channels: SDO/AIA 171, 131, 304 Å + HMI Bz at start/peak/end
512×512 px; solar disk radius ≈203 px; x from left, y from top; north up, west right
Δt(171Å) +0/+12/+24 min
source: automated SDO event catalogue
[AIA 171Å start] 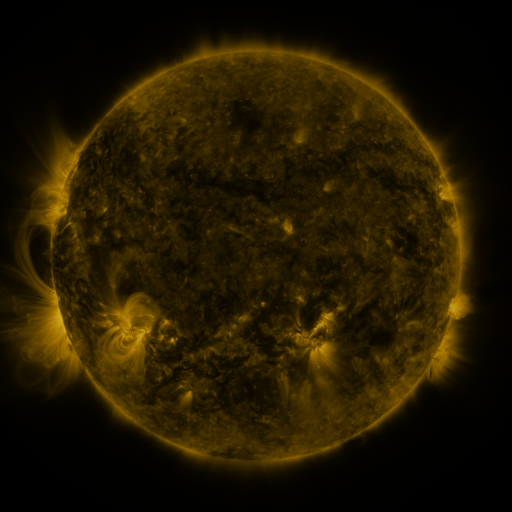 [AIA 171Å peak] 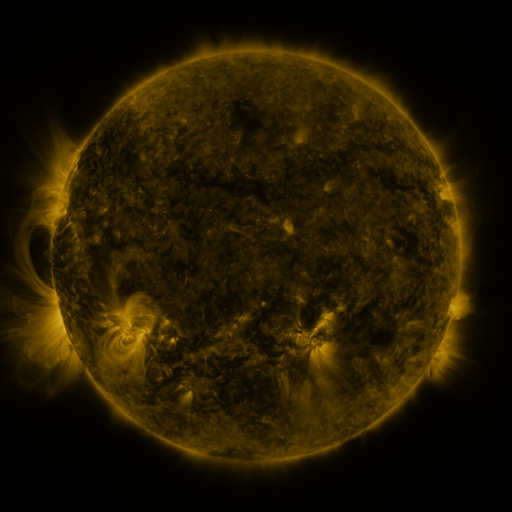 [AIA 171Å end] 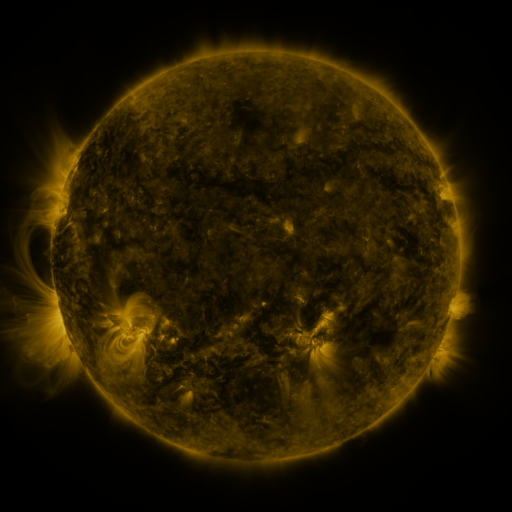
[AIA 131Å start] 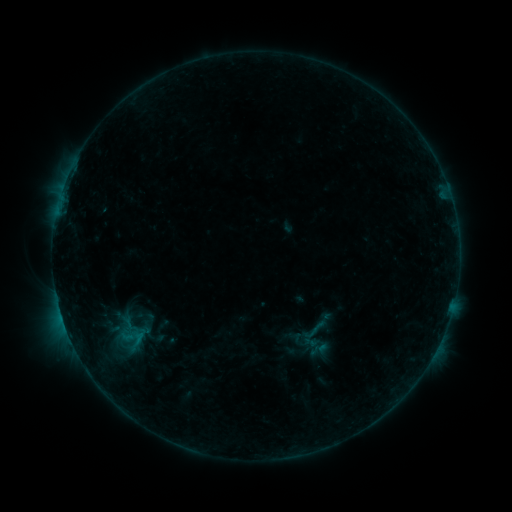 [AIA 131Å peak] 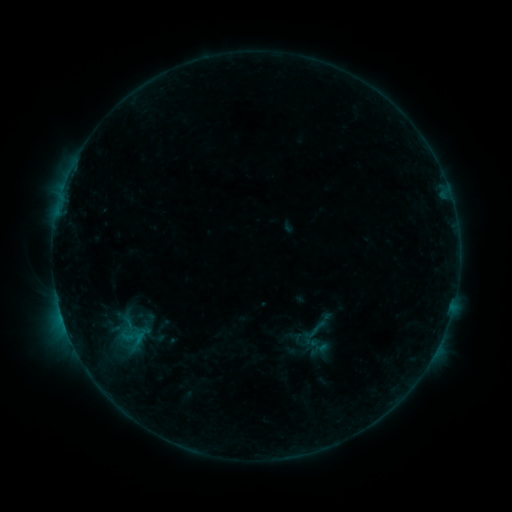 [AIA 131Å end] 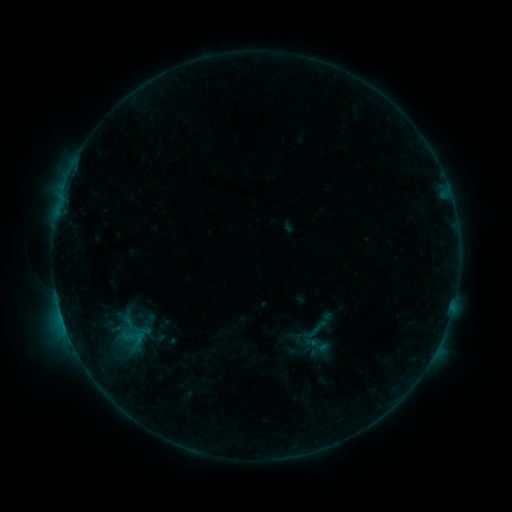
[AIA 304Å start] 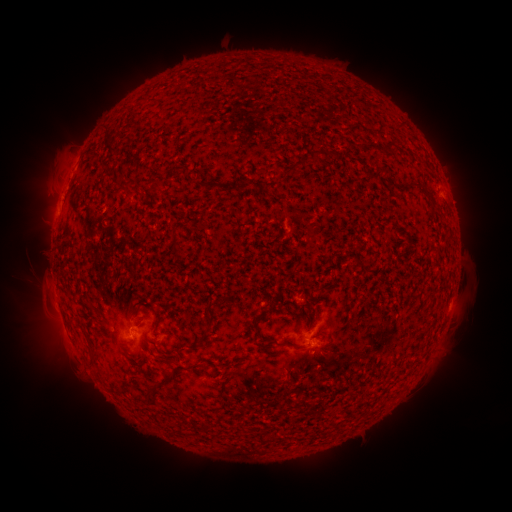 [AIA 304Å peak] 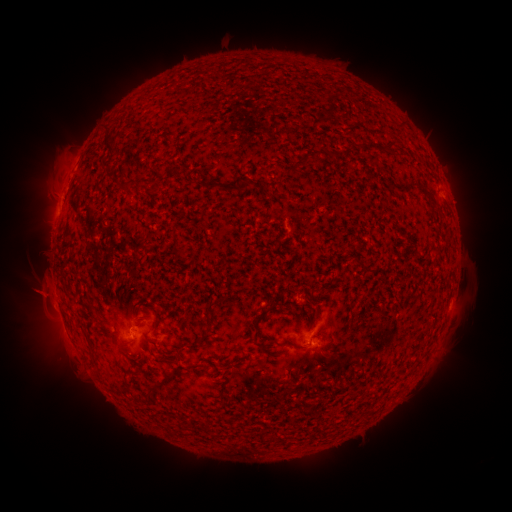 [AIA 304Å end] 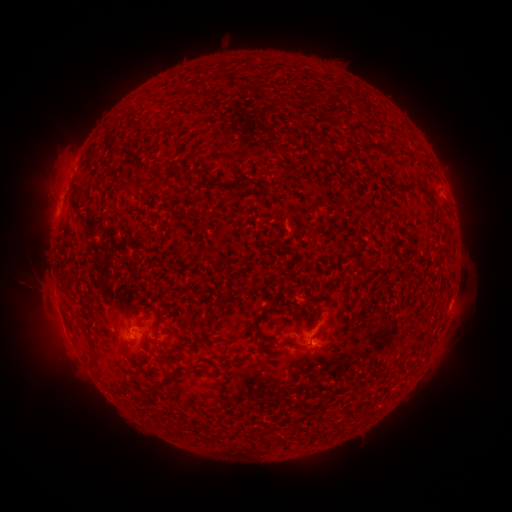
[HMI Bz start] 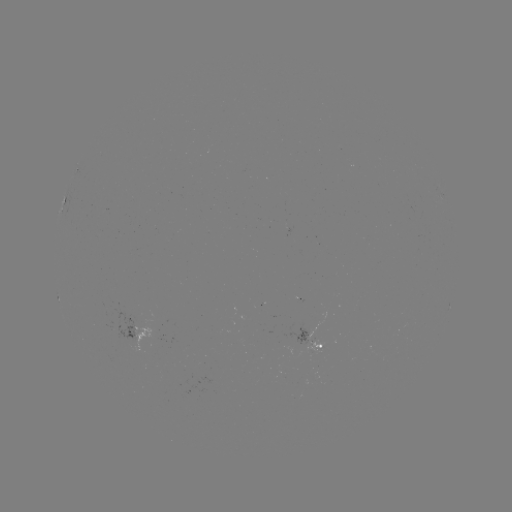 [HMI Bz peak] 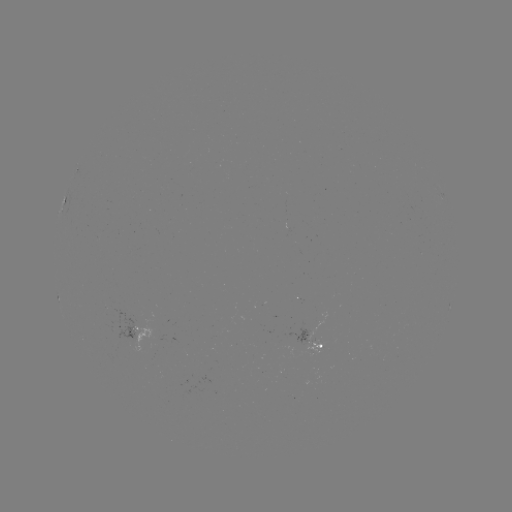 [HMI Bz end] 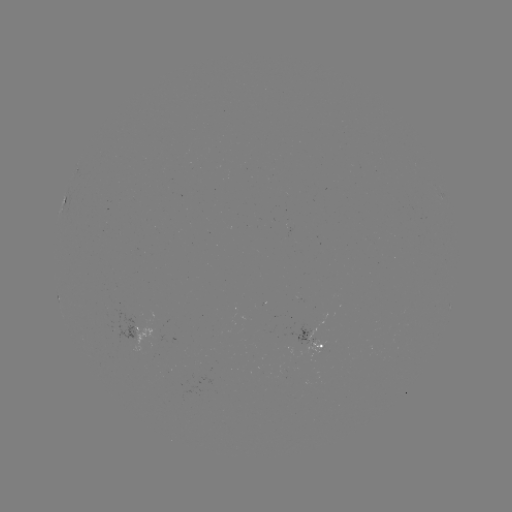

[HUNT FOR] eruption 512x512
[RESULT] (39, 294)